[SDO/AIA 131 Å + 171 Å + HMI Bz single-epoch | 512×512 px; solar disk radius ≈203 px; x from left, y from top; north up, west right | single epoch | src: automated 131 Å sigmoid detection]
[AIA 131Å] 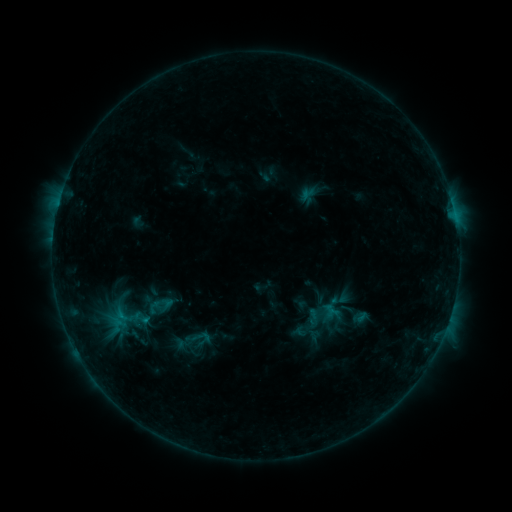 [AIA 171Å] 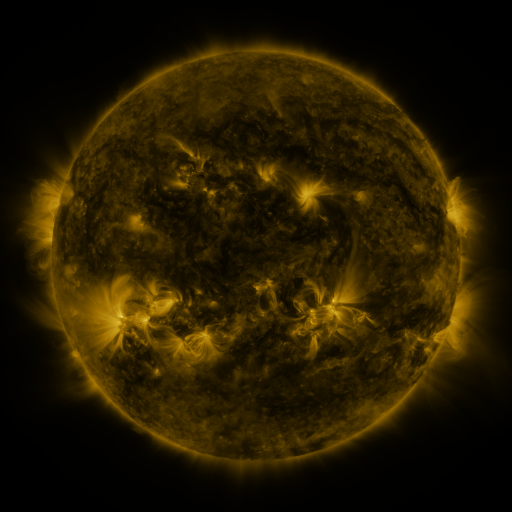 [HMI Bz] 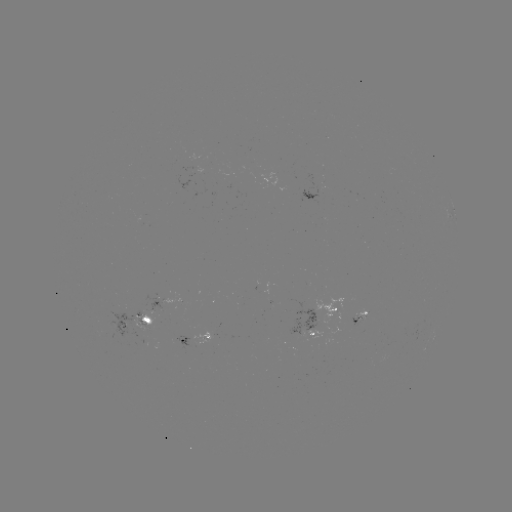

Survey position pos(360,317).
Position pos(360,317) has sigmoid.